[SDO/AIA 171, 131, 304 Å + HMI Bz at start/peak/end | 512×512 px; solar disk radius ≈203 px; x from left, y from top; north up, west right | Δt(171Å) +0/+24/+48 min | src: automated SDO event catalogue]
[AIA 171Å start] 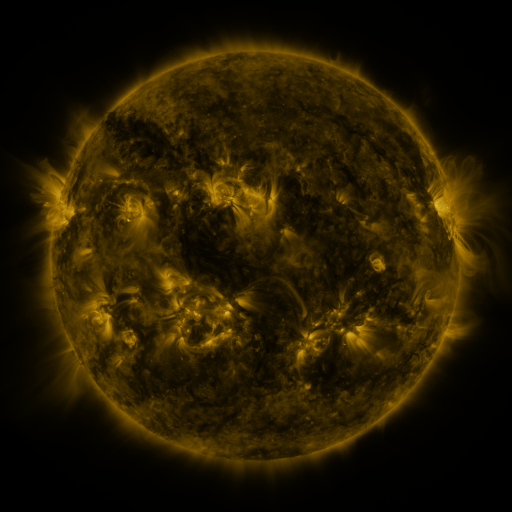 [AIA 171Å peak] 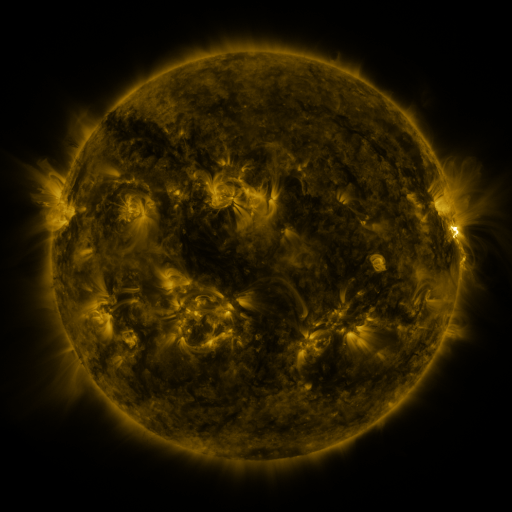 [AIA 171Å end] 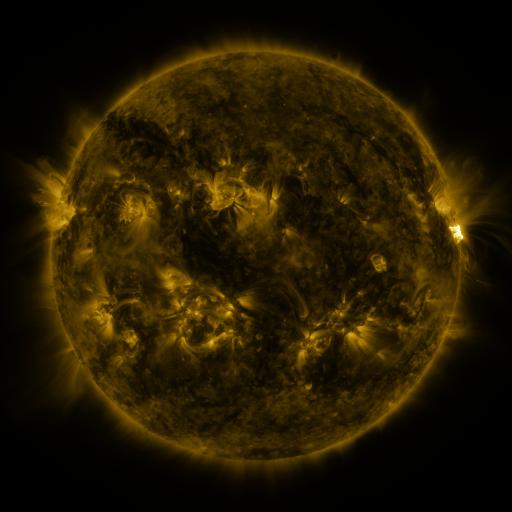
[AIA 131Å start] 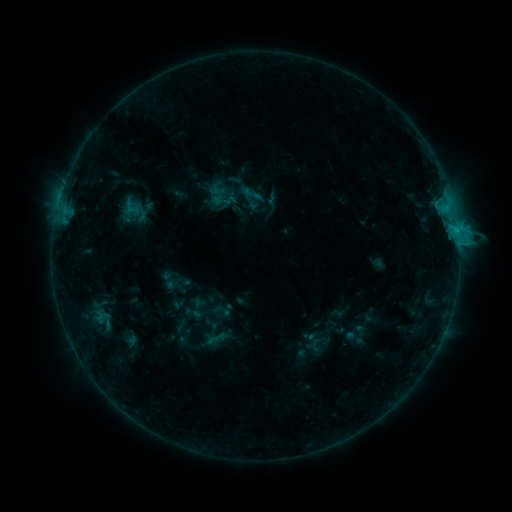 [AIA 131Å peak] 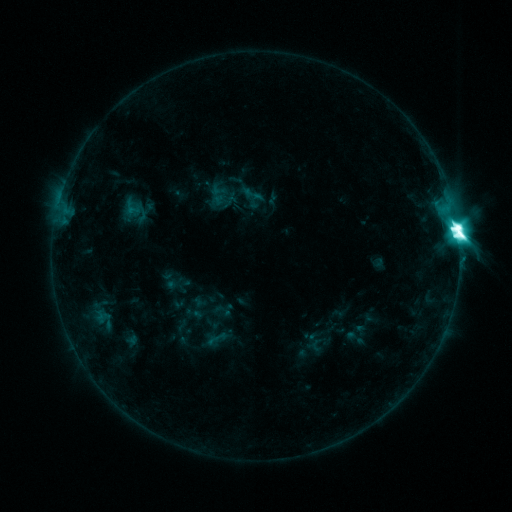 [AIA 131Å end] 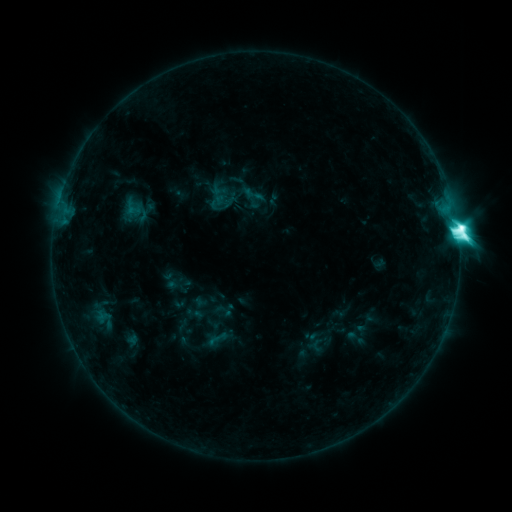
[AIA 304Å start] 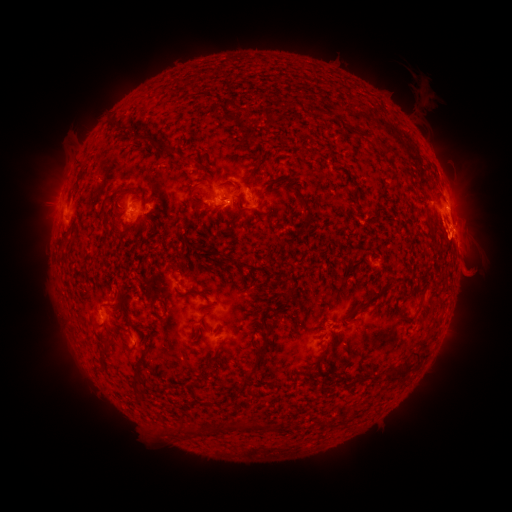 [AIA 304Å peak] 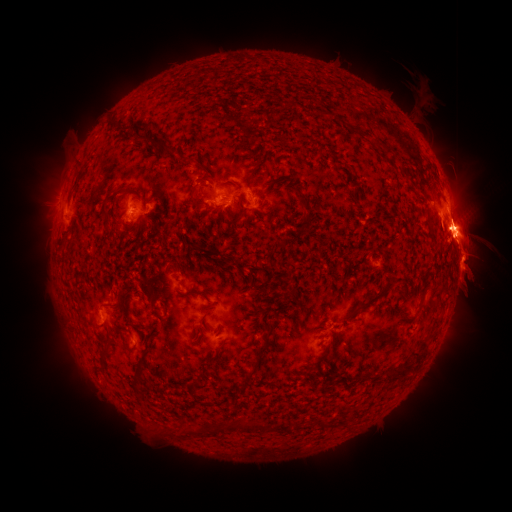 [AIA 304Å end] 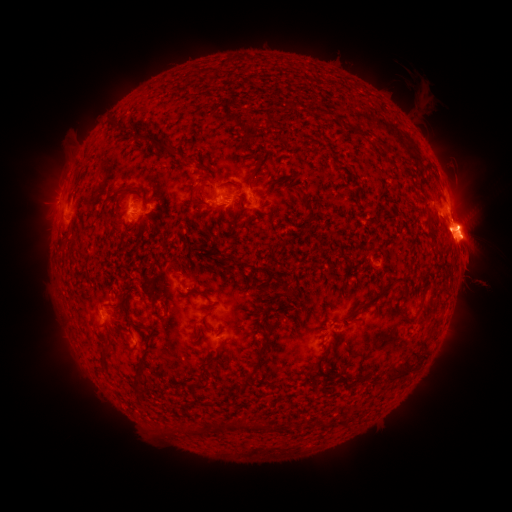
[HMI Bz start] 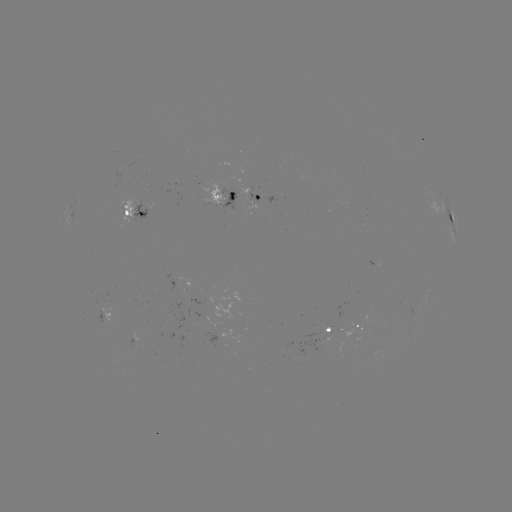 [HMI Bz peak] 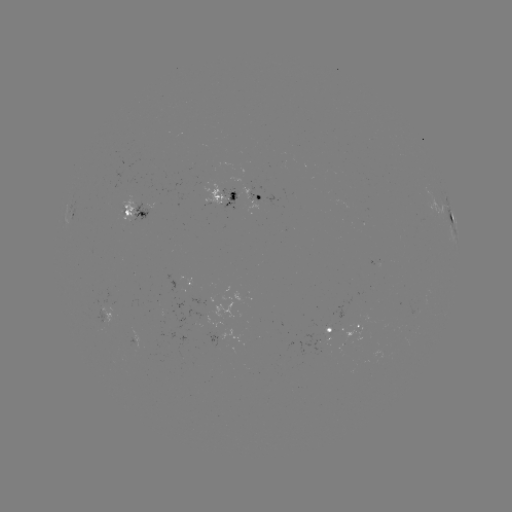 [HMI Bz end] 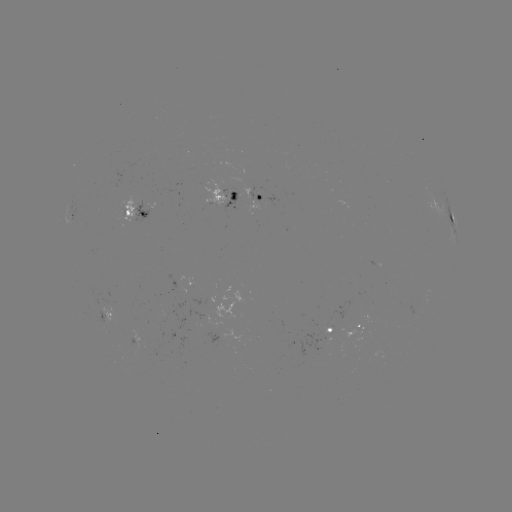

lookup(M5.1 flare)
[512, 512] (457, 230)